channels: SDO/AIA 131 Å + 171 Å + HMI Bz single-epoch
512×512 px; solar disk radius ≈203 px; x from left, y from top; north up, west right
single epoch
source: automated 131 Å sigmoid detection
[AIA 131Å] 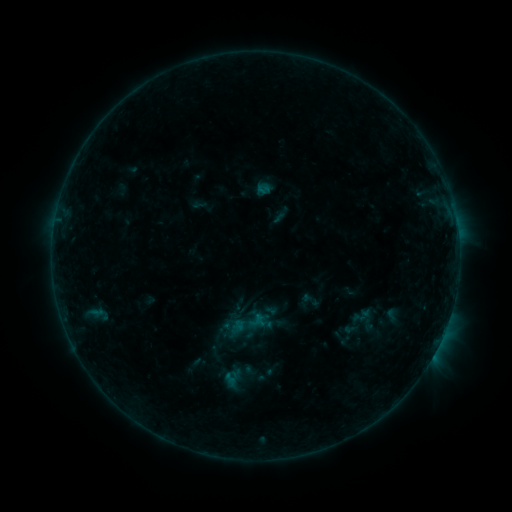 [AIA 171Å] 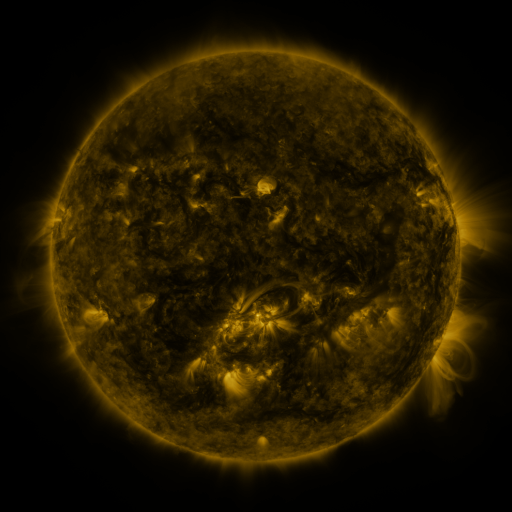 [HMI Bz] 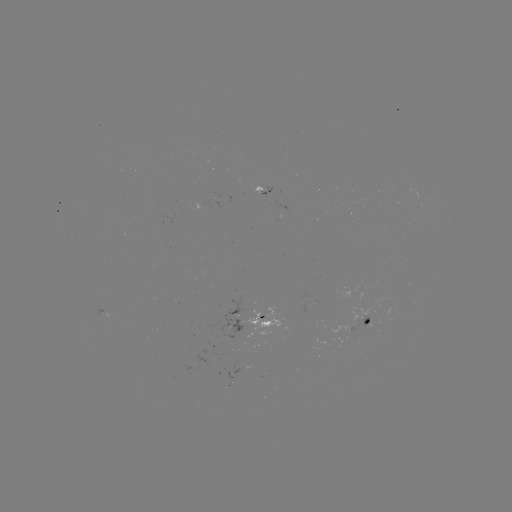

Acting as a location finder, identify sigmoid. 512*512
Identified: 310,300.